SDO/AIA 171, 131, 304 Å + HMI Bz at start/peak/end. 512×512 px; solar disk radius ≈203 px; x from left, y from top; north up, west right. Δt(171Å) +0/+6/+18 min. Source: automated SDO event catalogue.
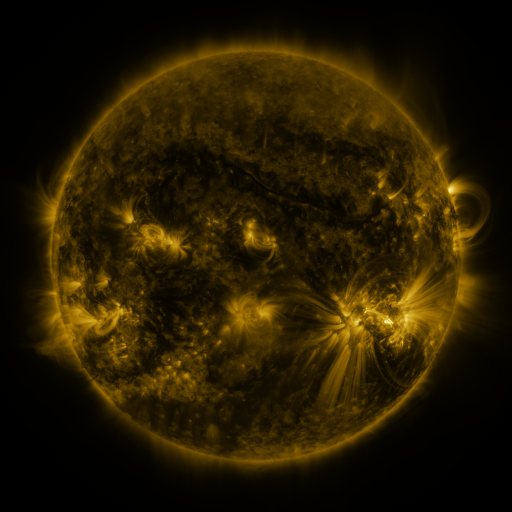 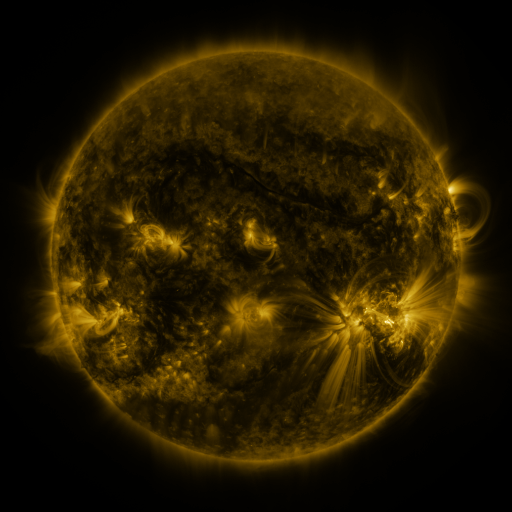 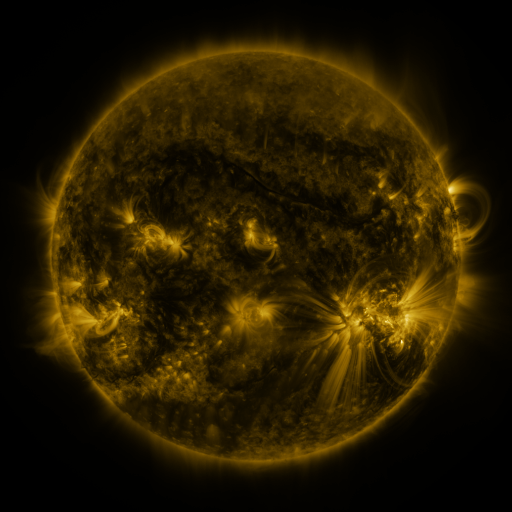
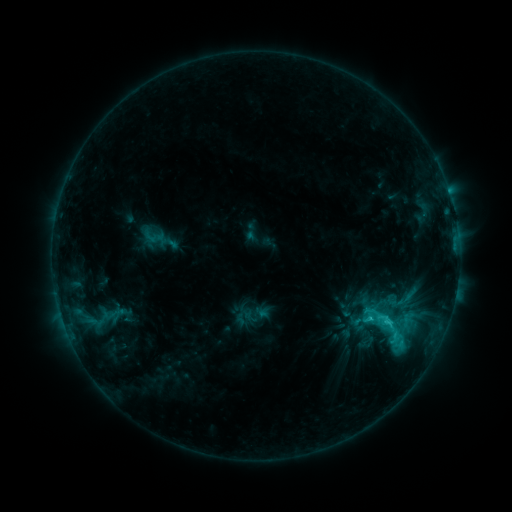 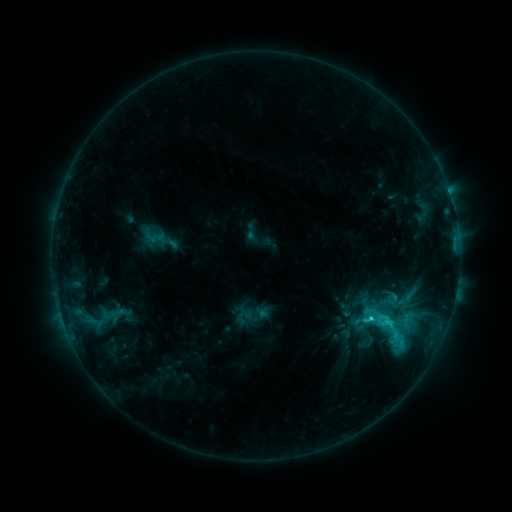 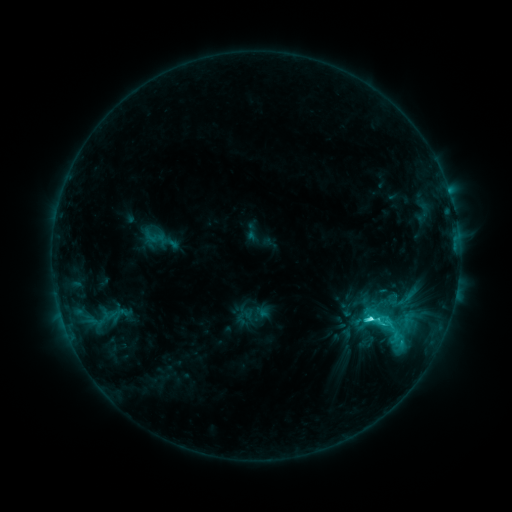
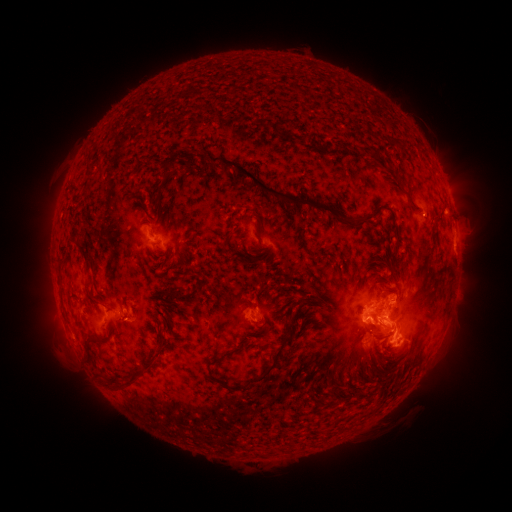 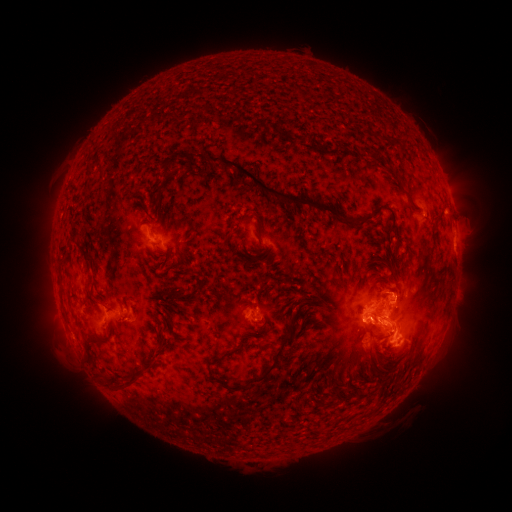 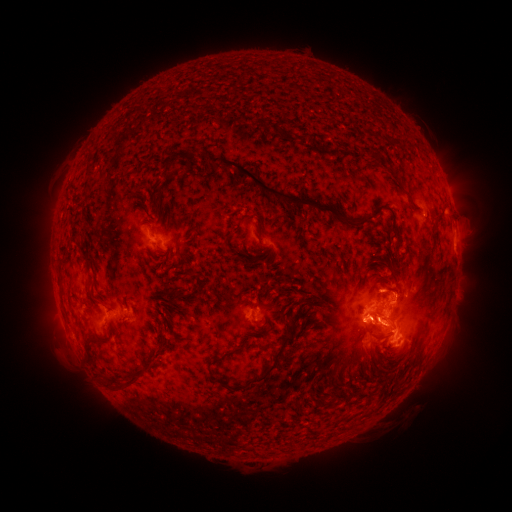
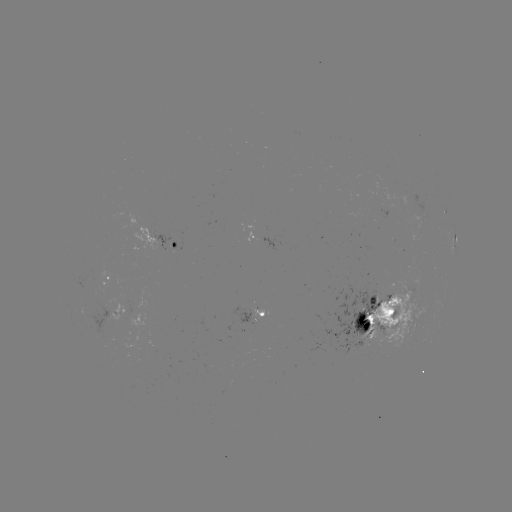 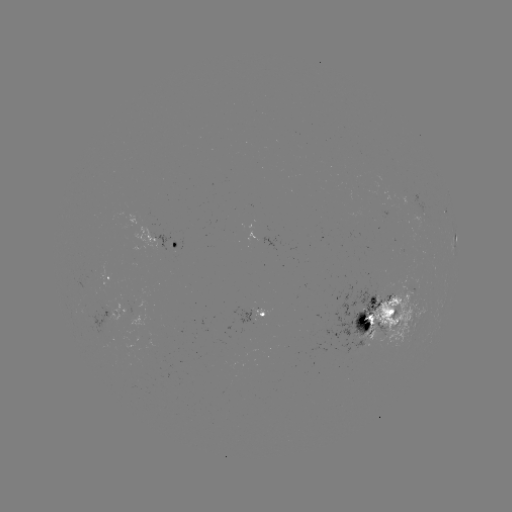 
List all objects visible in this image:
C9.2 flare: (369, 319)
